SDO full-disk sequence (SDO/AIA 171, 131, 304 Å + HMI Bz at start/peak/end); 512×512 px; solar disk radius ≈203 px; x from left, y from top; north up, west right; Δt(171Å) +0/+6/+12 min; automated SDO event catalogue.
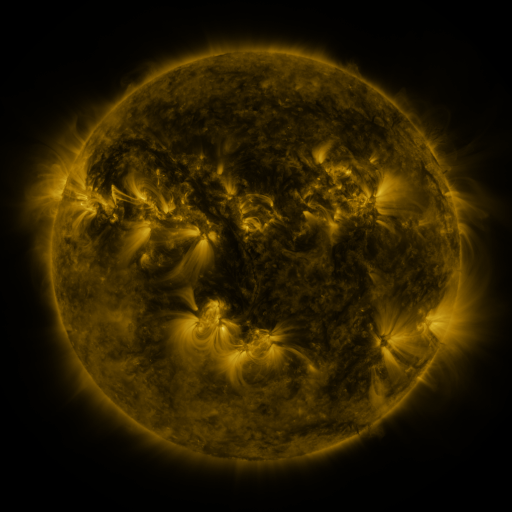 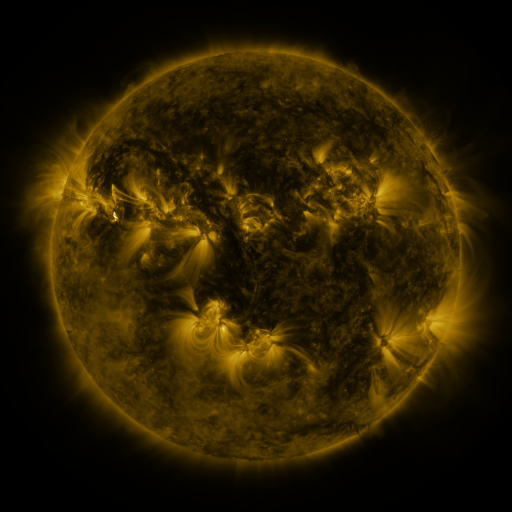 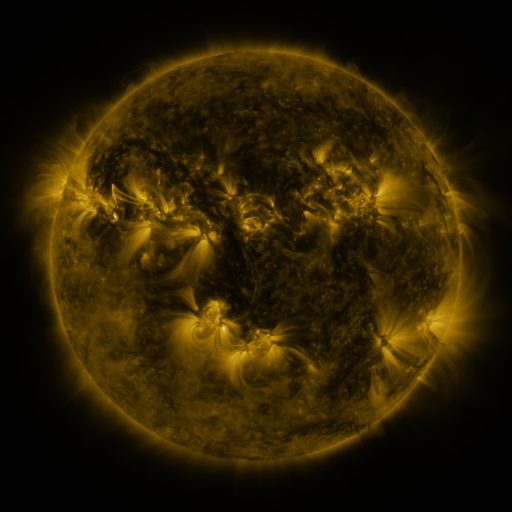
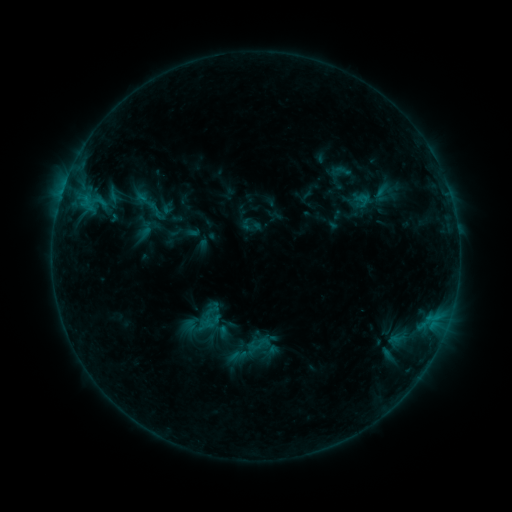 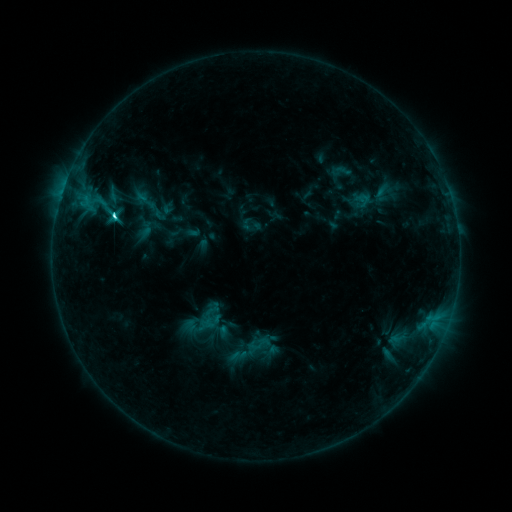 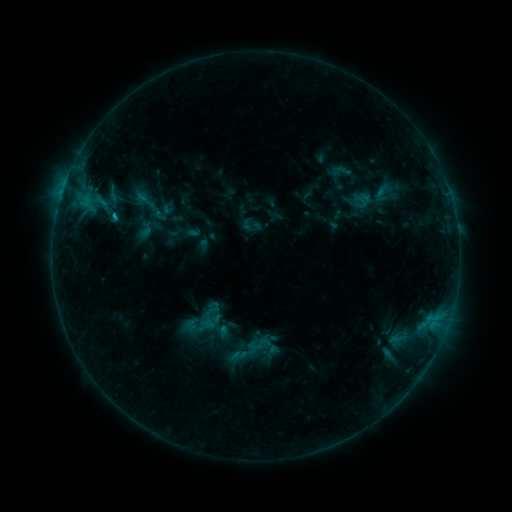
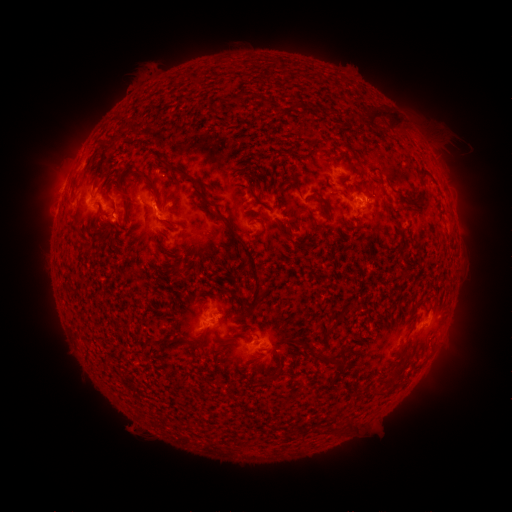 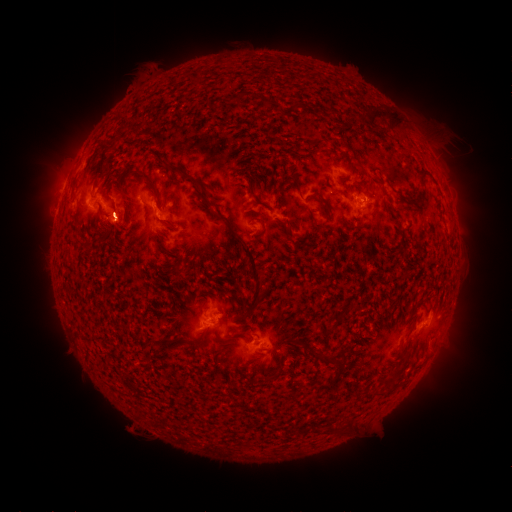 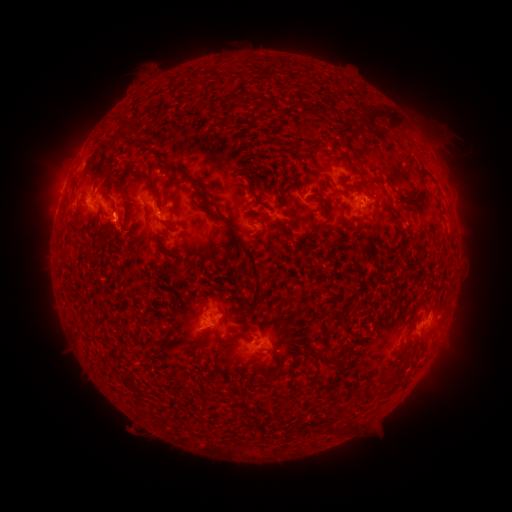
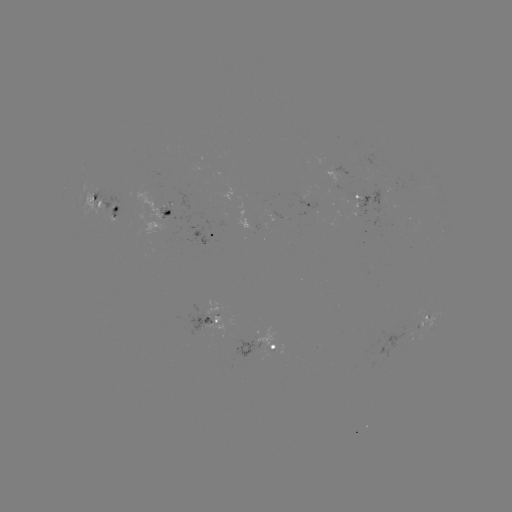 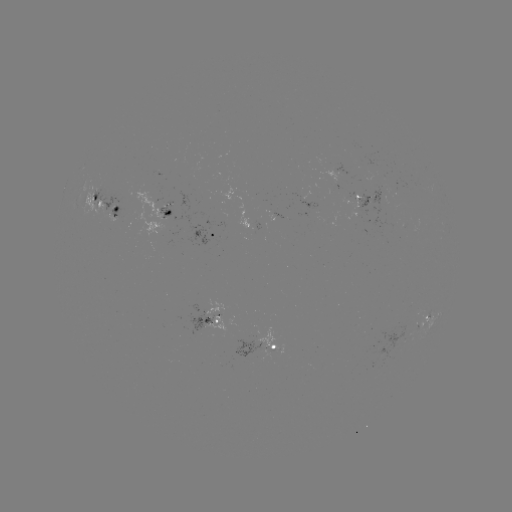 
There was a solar flare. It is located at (115, 218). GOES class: C3.2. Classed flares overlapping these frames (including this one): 1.